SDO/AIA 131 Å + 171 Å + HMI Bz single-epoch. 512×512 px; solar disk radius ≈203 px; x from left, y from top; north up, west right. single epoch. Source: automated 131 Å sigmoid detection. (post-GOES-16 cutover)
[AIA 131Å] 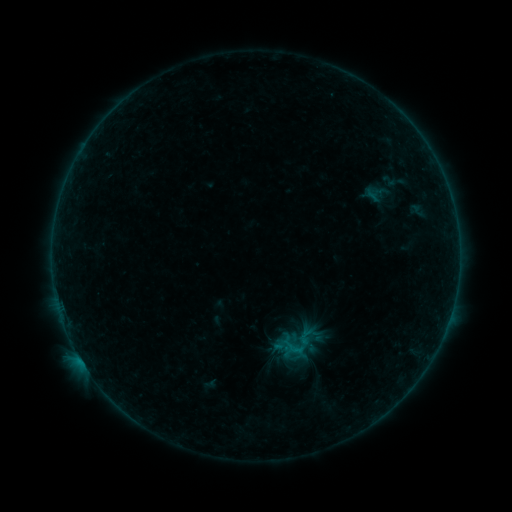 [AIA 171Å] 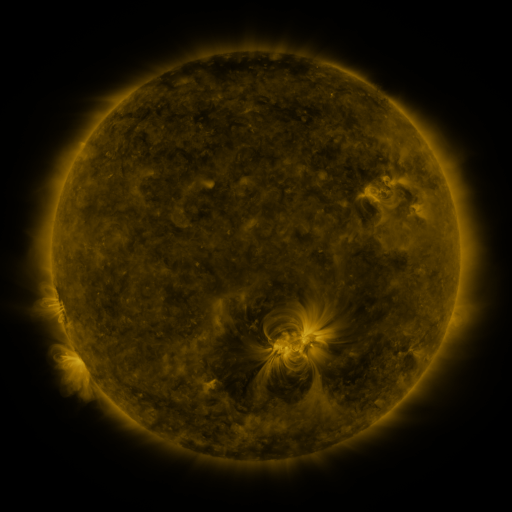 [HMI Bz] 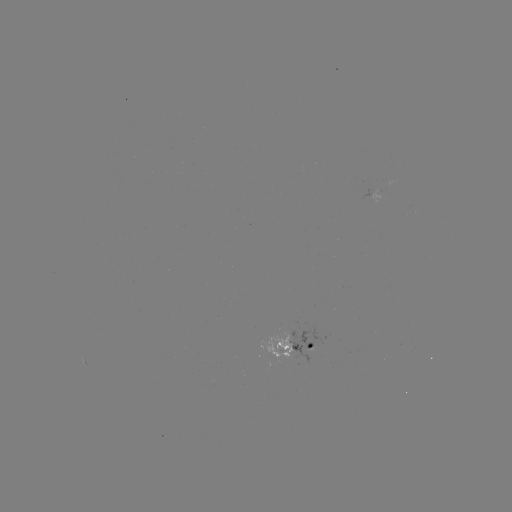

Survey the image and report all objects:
sigmoid: (389, 181)
